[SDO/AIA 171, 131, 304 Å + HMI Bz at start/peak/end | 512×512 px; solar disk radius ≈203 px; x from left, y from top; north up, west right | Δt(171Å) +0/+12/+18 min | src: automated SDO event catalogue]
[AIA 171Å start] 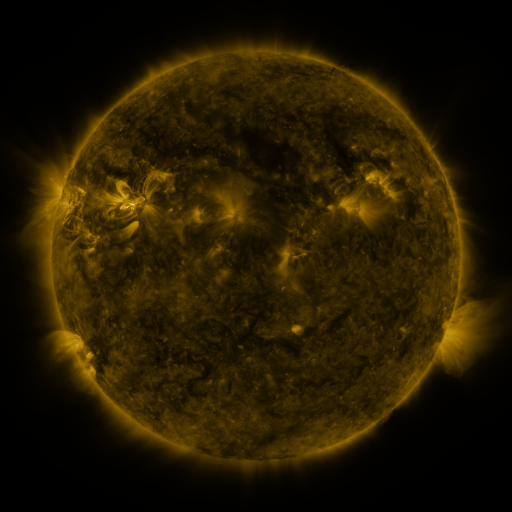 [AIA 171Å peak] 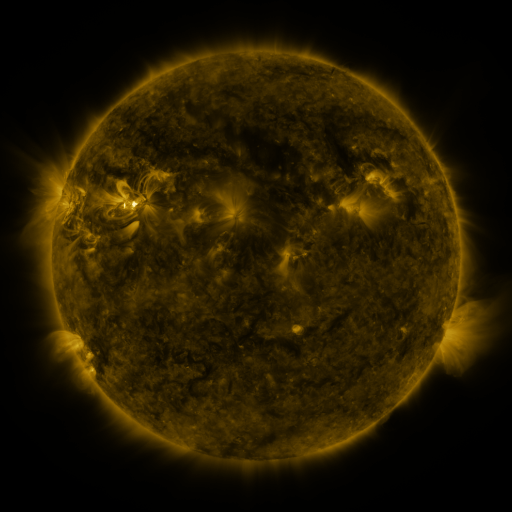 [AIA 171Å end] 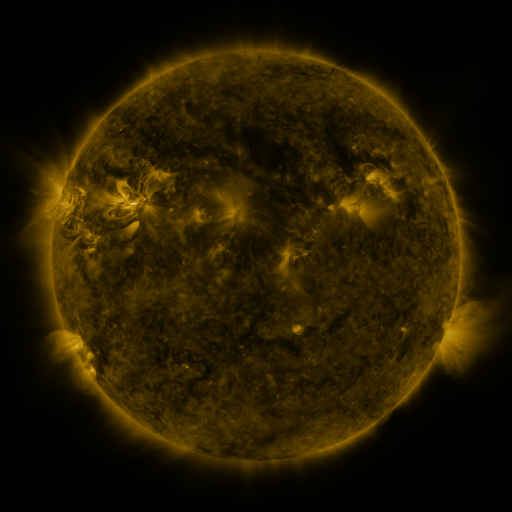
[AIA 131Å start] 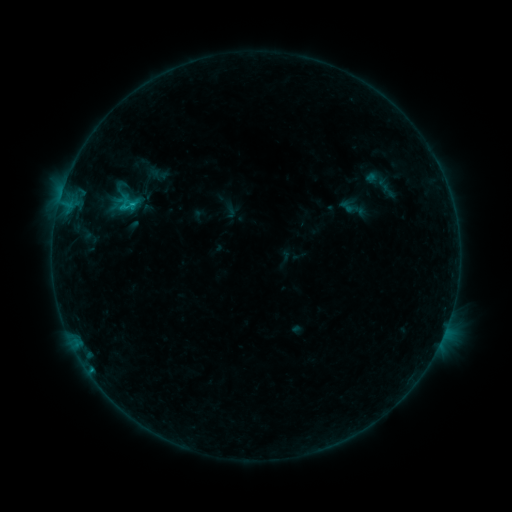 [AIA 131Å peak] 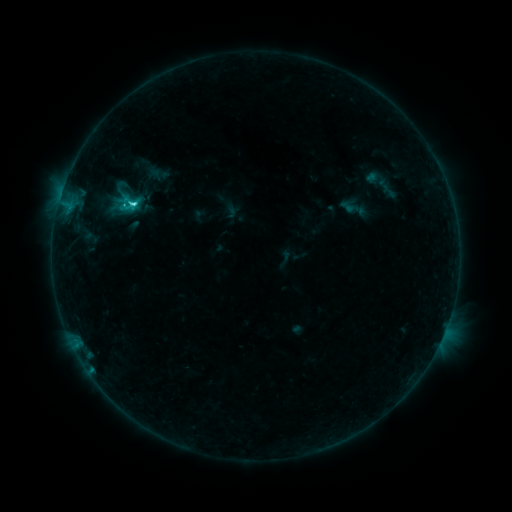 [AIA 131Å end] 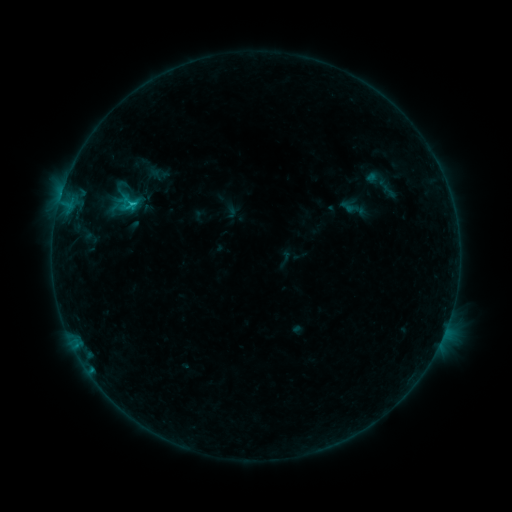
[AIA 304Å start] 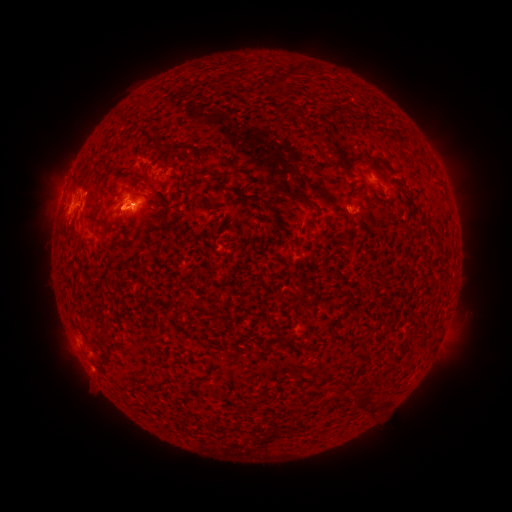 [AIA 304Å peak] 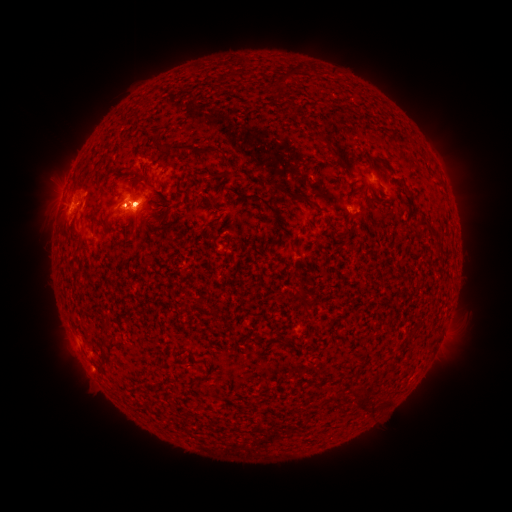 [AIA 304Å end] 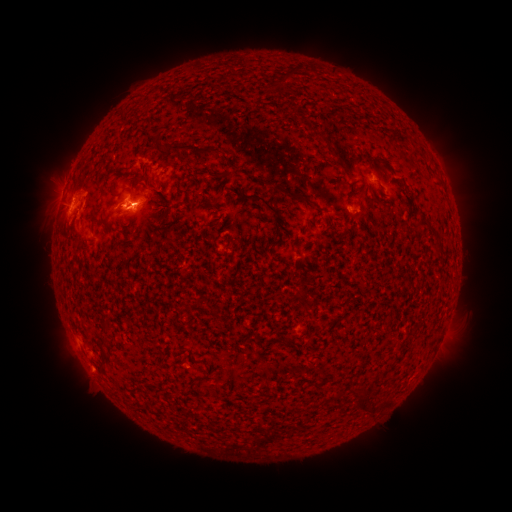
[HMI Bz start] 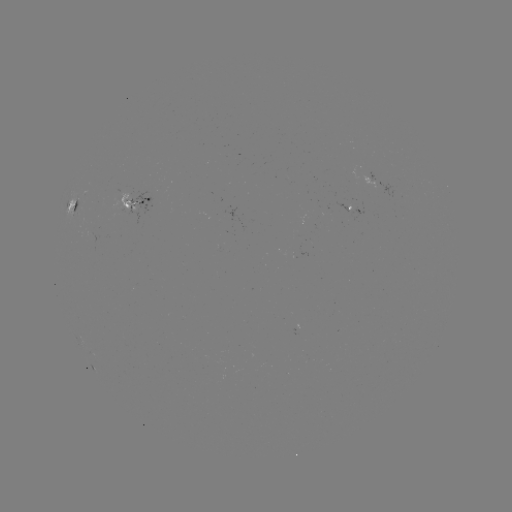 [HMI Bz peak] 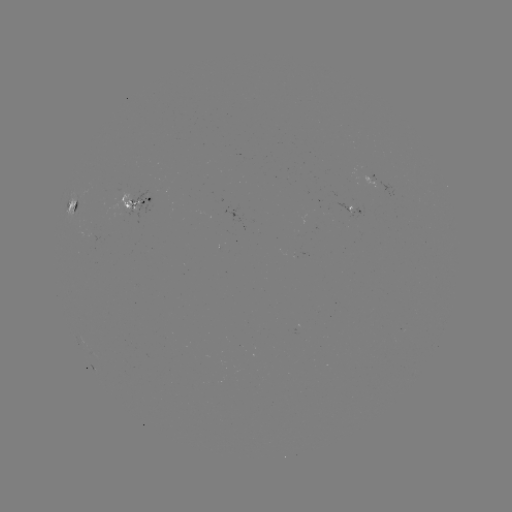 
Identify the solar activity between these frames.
C3.6 flare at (133, 207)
